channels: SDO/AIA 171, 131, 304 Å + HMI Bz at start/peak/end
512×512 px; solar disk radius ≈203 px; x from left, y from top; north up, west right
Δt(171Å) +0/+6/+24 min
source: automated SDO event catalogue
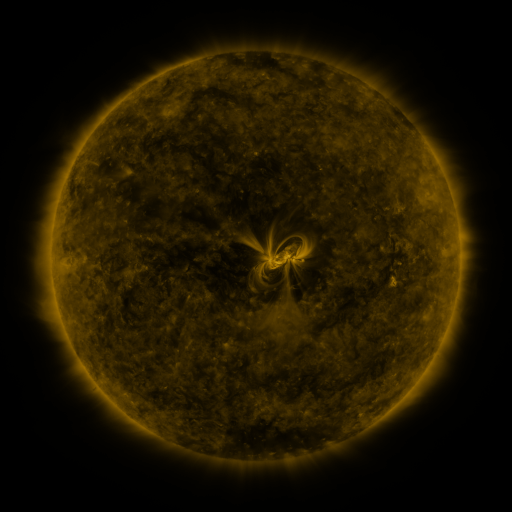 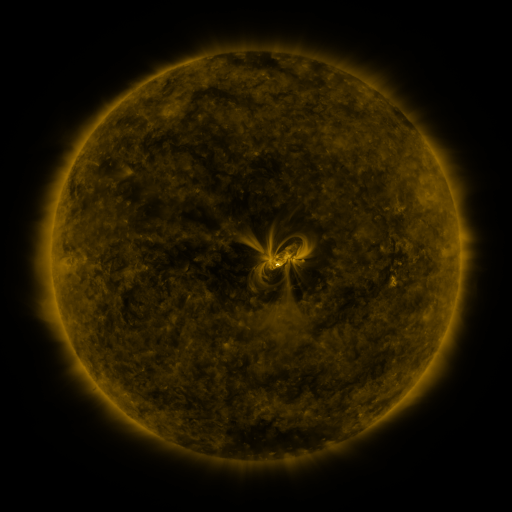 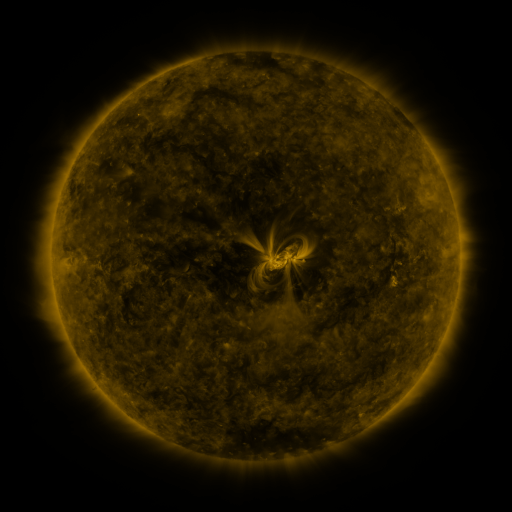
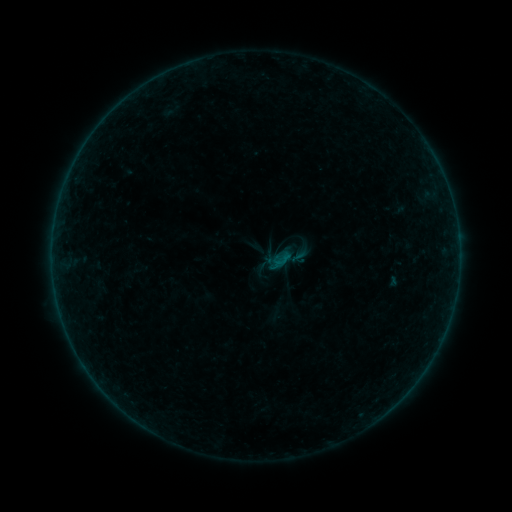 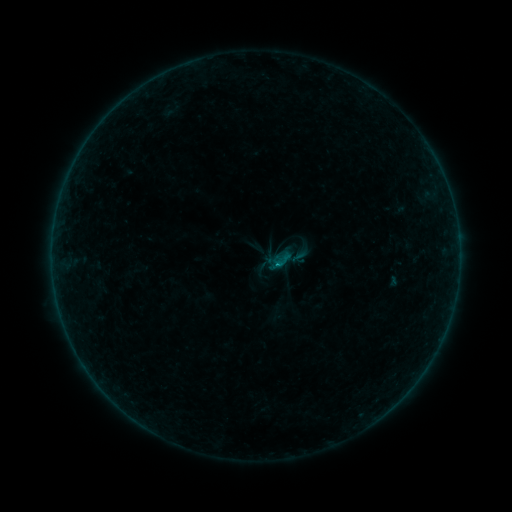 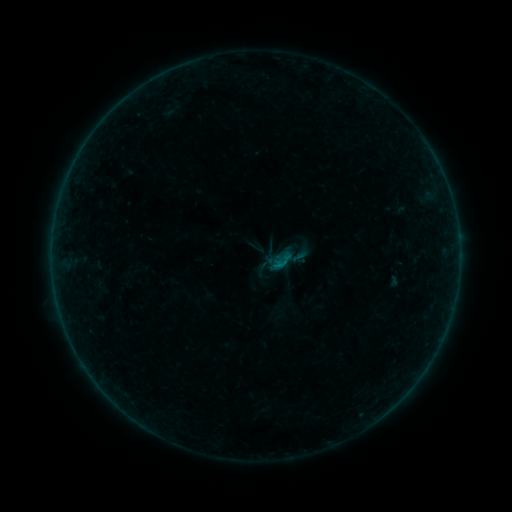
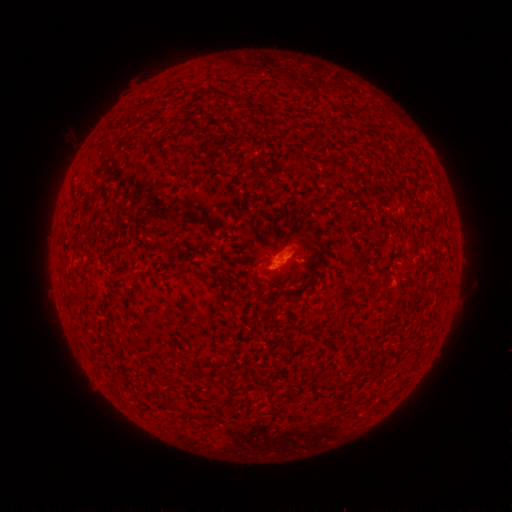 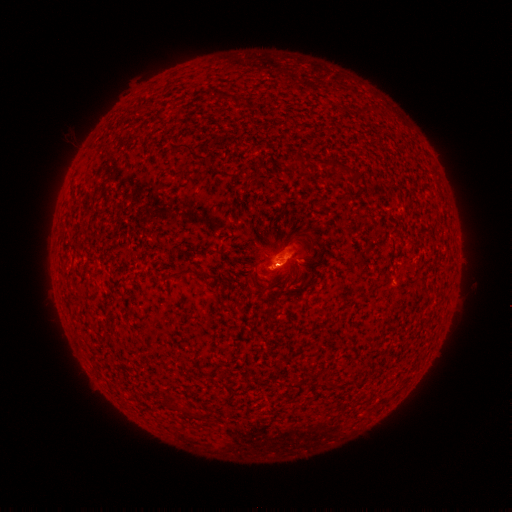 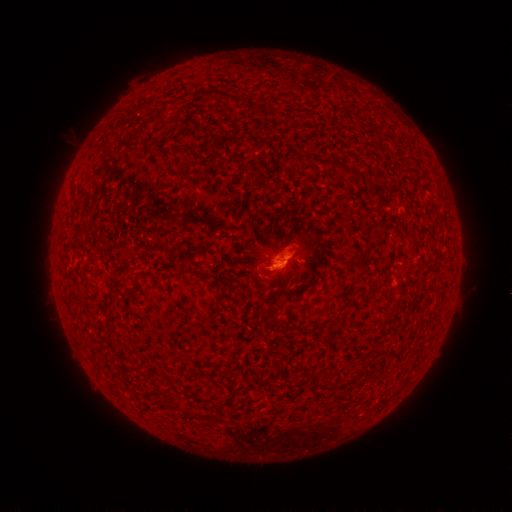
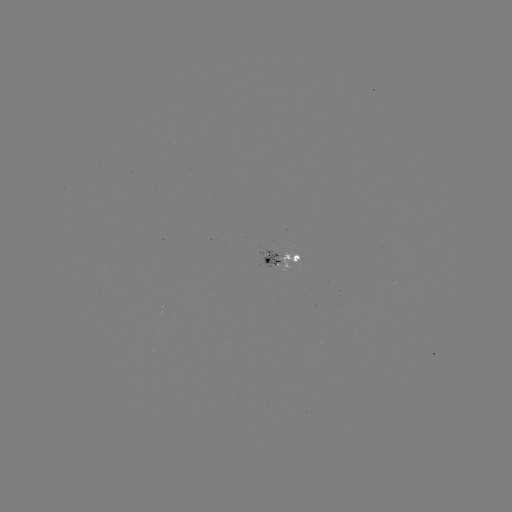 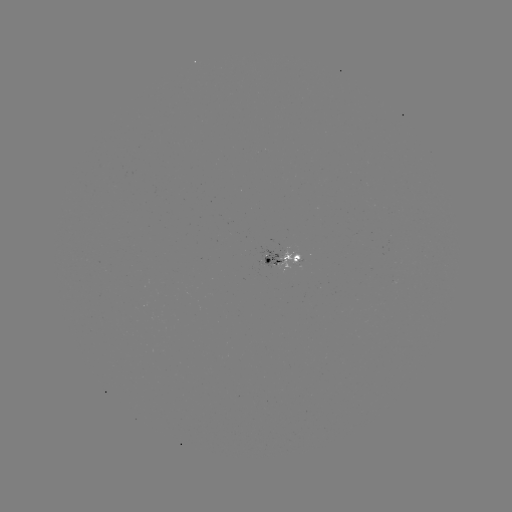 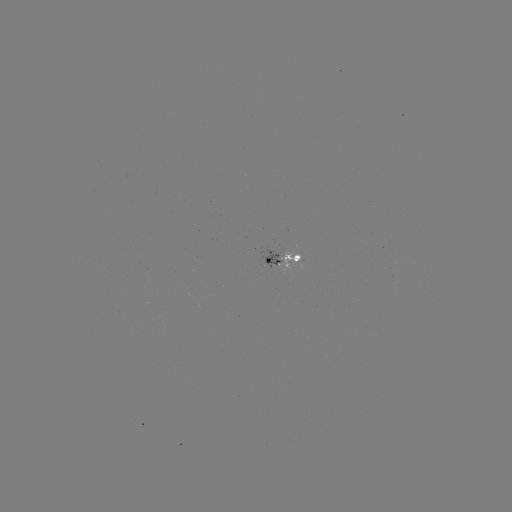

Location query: B1.6 flare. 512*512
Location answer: [277, 264].